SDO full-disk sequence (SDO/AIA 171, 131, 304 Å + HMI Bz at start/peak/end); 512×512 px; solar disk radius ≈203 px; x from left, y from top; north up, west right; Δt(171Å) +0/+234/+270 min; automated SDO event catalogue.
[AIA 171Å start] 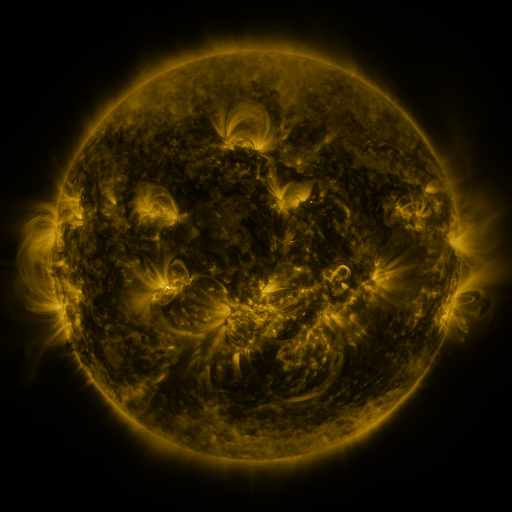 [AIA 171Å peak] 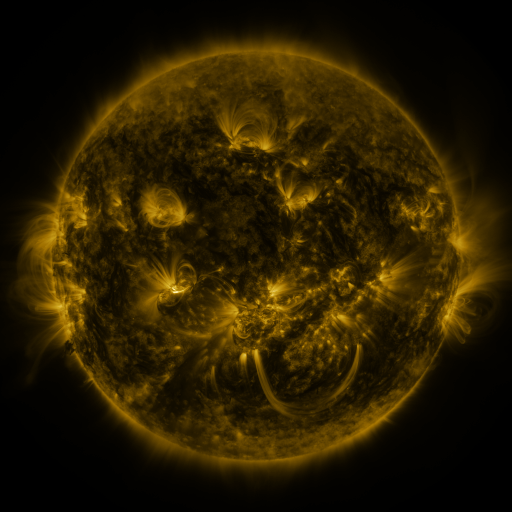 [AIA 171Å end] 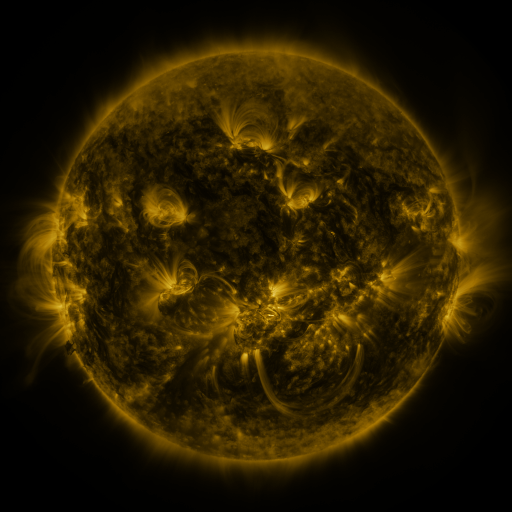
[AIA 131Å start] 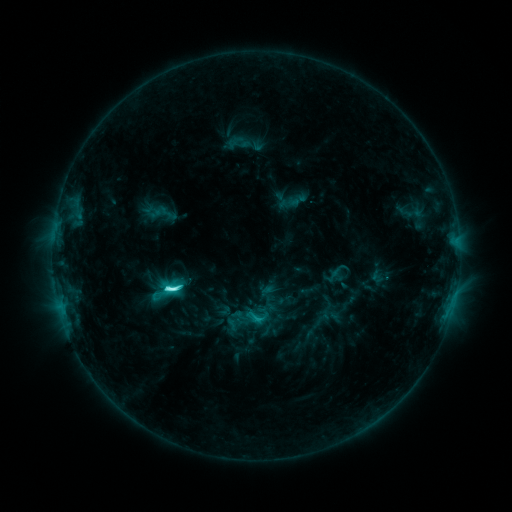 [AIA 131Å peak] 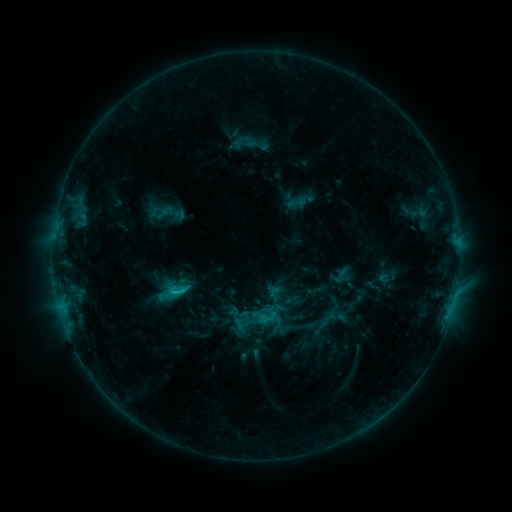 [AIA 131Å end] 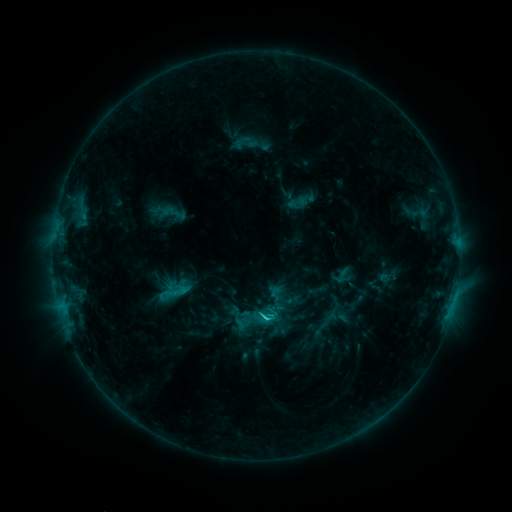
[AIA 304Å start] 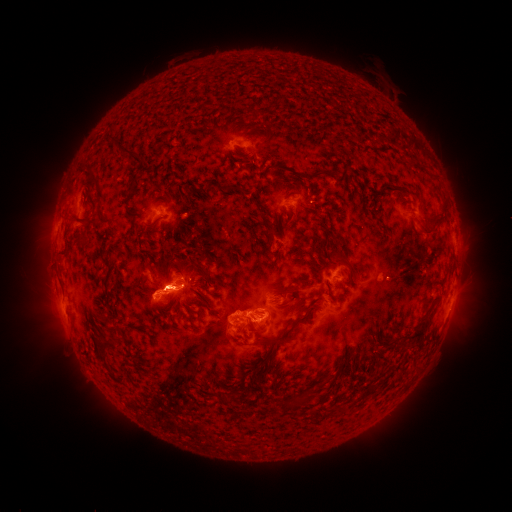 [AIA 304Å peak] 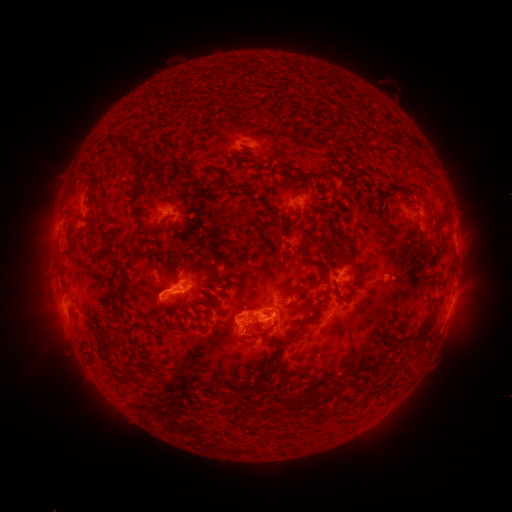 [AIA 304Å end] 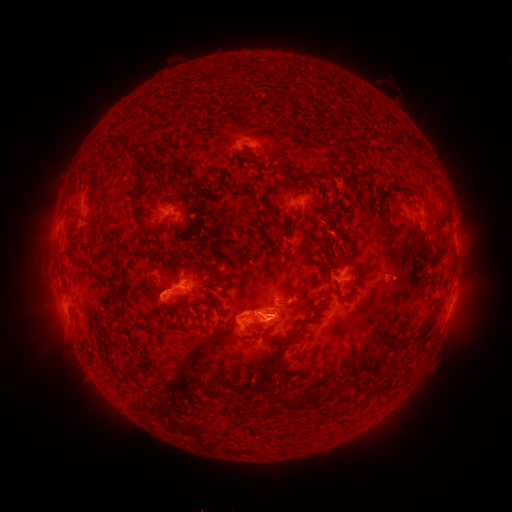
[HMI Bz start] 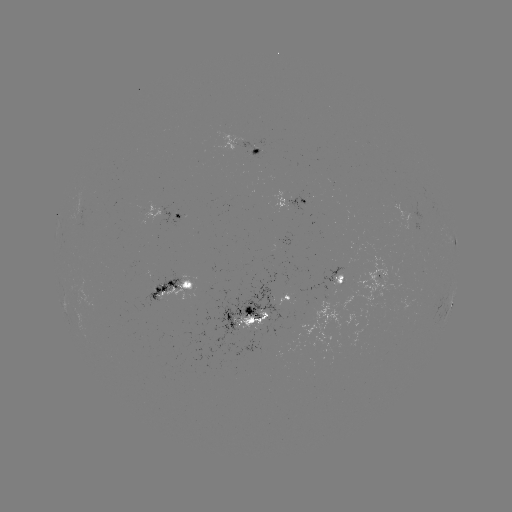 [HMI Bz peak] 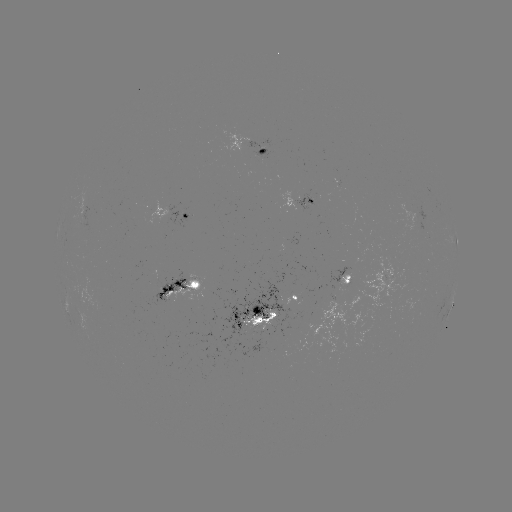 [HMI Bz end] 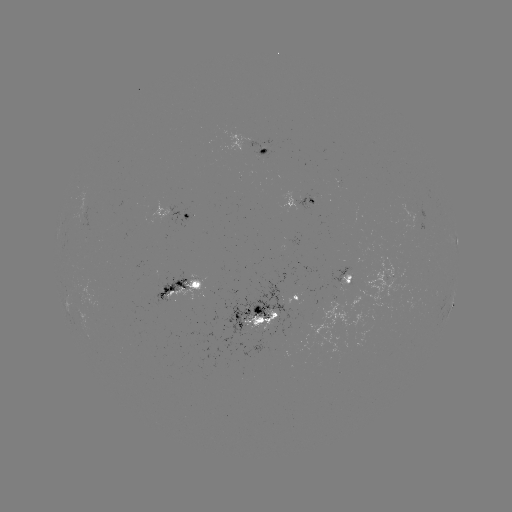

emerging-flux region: (239, 310, 278, 330)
